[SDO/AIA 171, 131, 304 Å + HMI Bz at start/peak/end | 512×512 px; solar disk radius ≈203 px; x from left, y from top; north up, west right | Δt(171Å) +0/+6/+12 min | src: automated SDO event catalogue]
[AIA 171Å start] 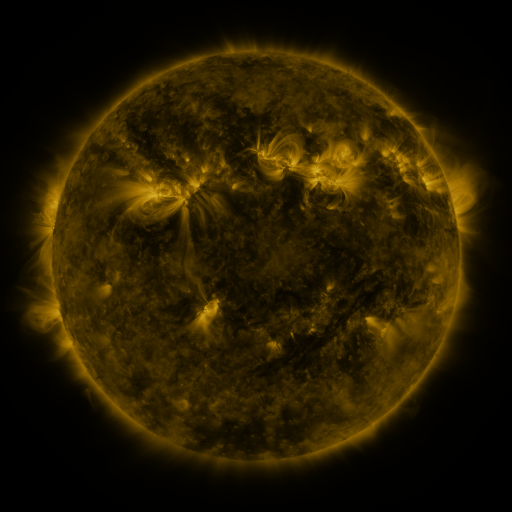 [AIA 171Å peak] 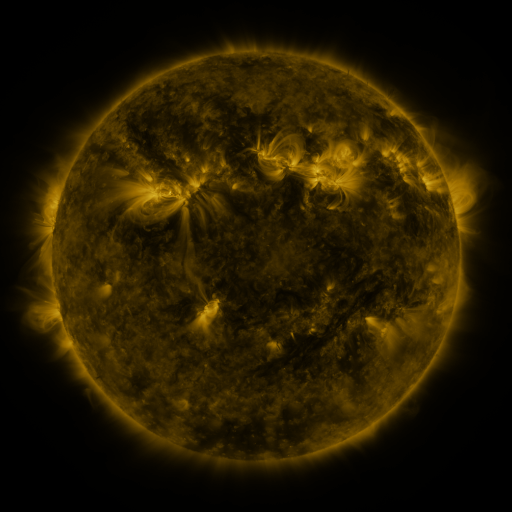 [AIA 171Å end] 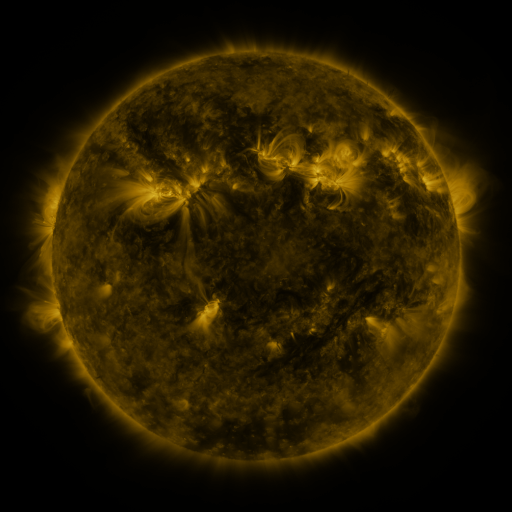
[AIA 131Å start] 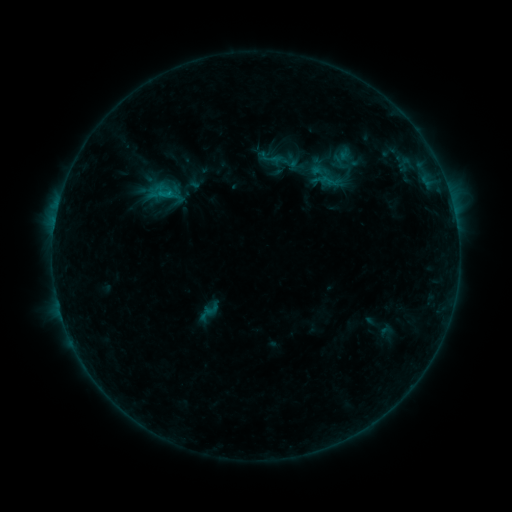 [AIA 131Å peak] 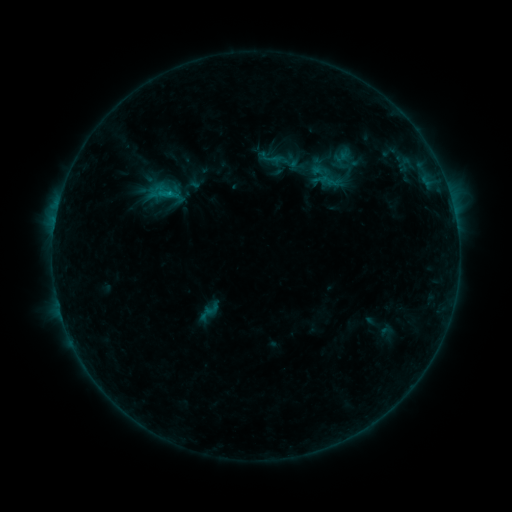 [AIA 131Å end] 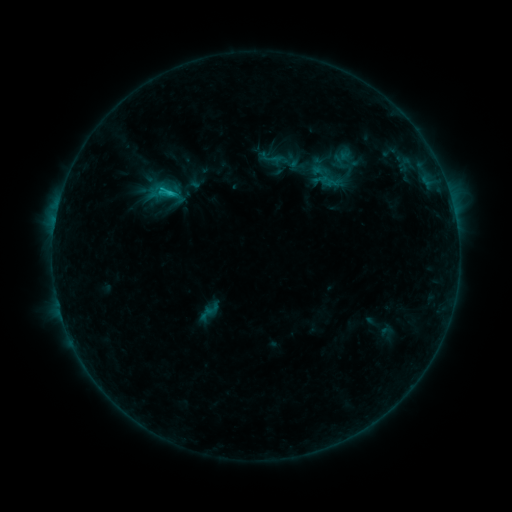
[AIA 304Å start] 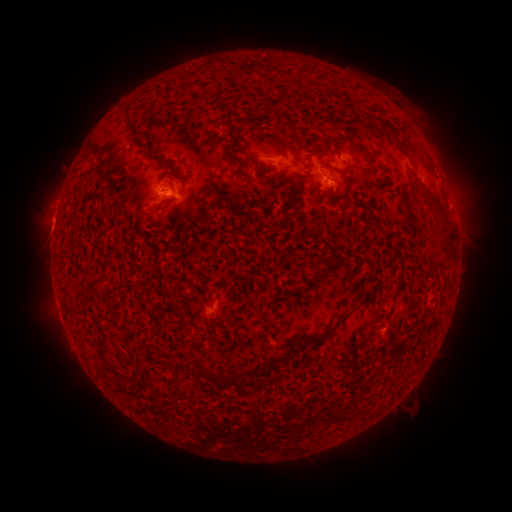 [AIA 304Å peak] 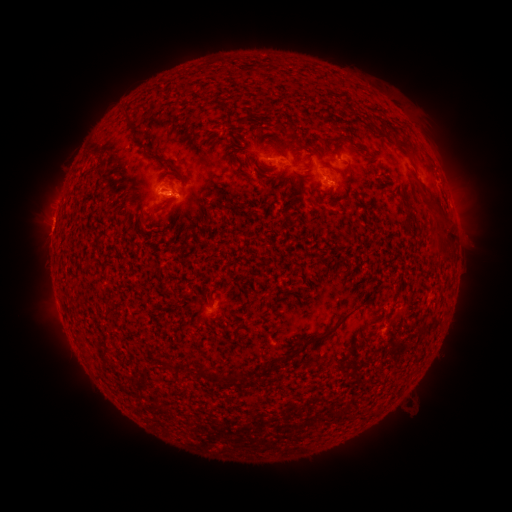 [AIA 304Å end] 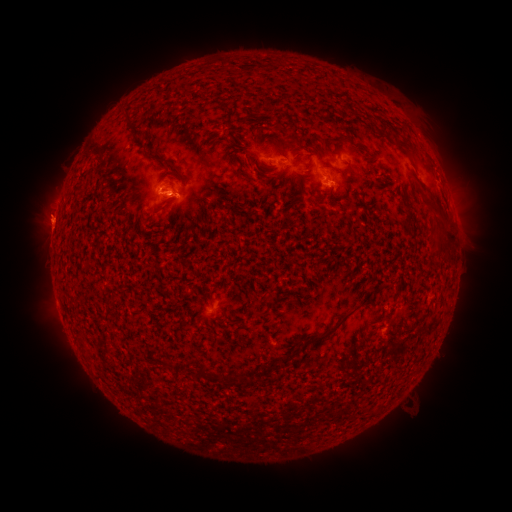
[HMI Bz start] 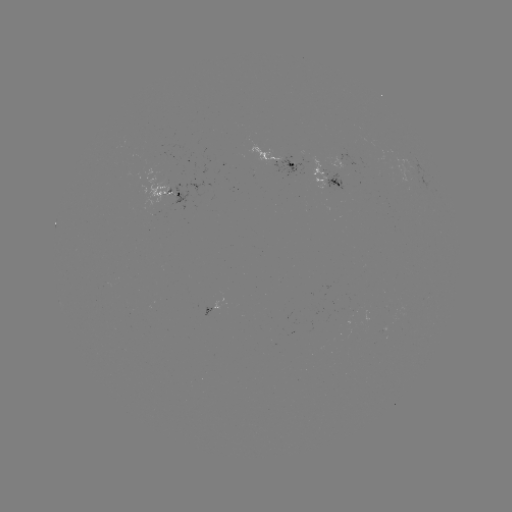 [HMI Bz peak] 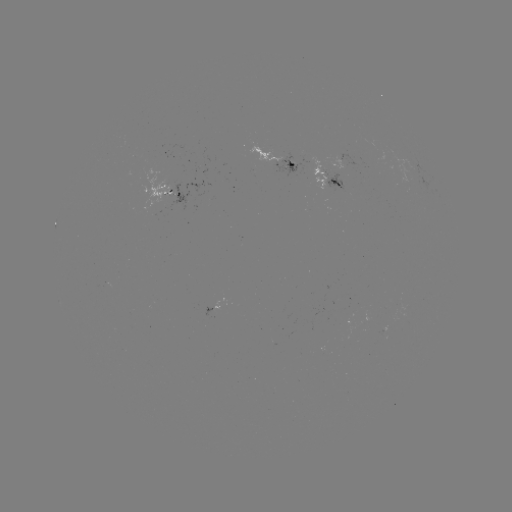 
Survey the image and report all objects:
C2.5 flare: (174, 195)
